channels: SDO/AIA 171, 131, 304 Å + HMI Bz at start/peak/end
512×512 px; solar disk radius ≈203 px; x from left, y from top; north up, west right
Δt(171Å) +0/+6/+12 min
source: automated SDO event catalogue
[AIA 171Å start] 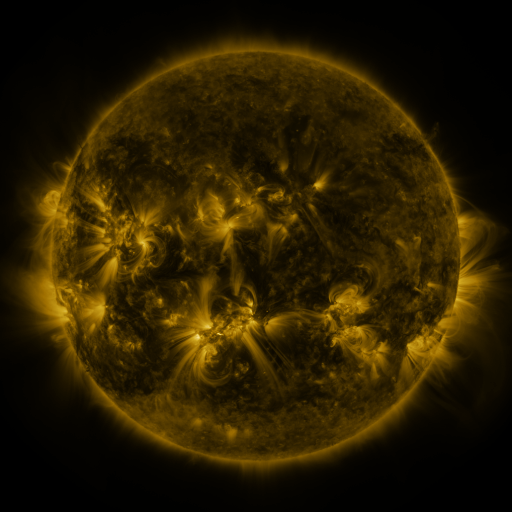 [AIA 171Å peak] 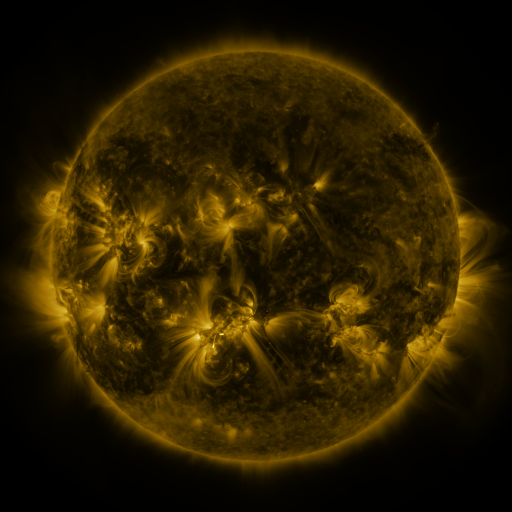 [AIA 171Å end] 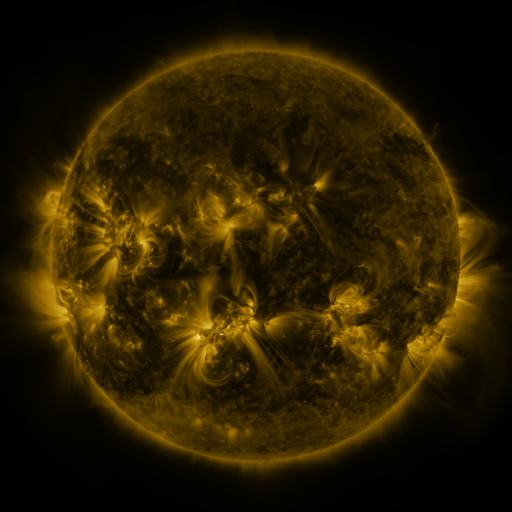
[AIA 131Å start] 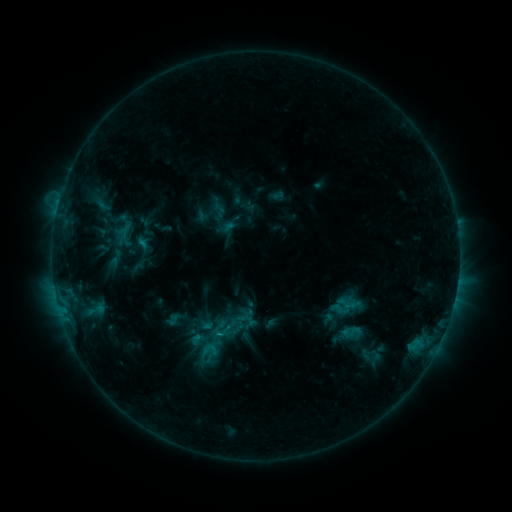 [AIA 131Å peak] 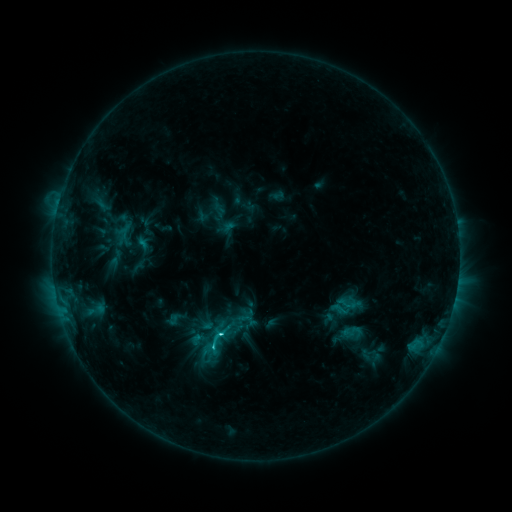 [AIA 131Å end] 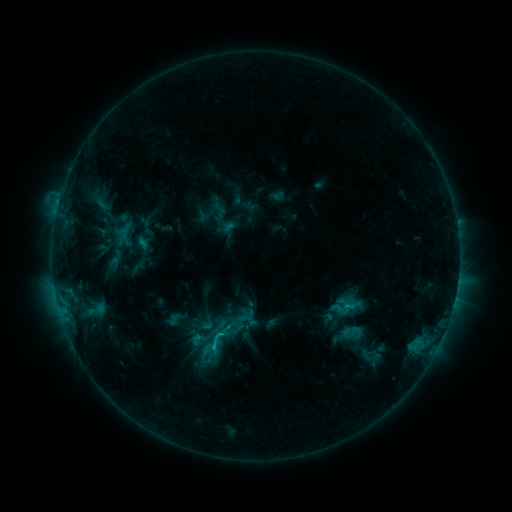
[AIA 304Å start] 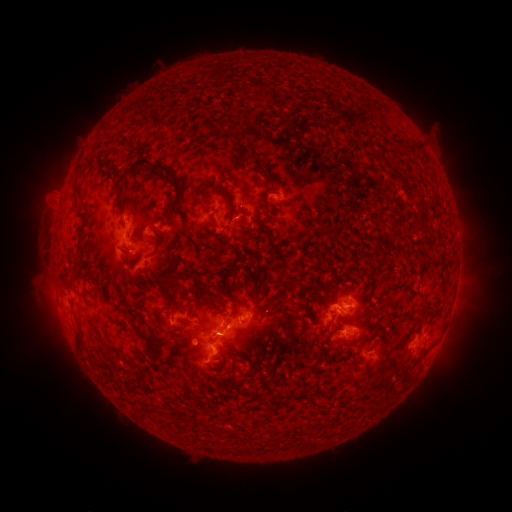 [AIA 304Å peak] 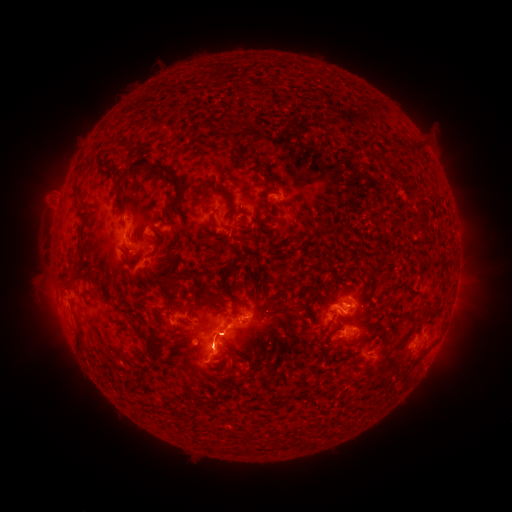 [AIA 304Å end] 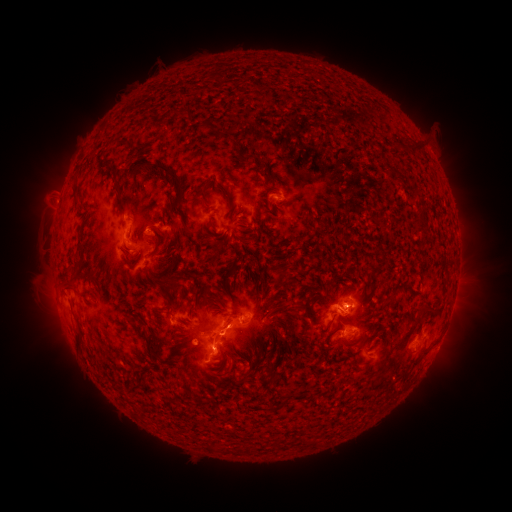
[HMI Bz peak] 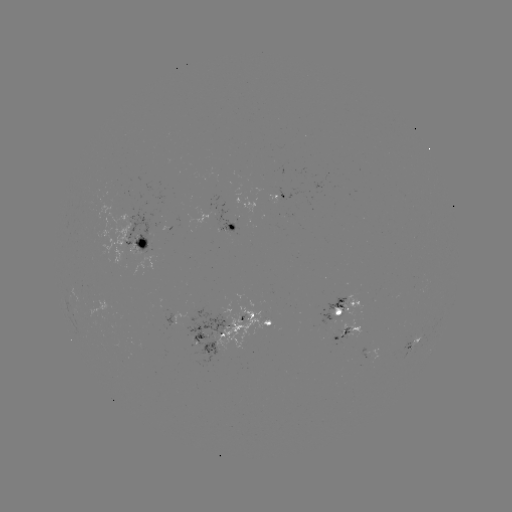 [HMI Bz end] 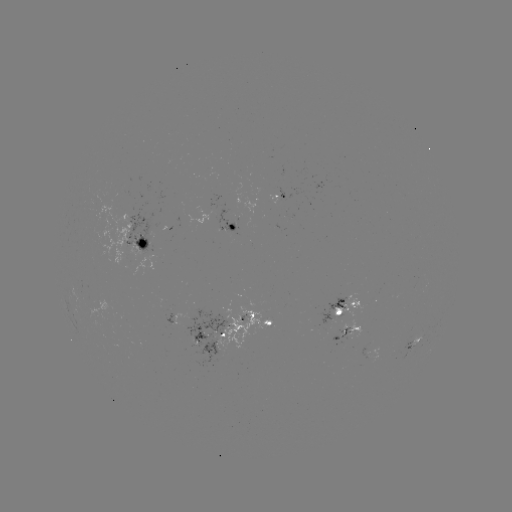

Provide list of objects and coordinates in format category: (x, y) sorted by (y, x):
C2.5 flare: (222, 334)
